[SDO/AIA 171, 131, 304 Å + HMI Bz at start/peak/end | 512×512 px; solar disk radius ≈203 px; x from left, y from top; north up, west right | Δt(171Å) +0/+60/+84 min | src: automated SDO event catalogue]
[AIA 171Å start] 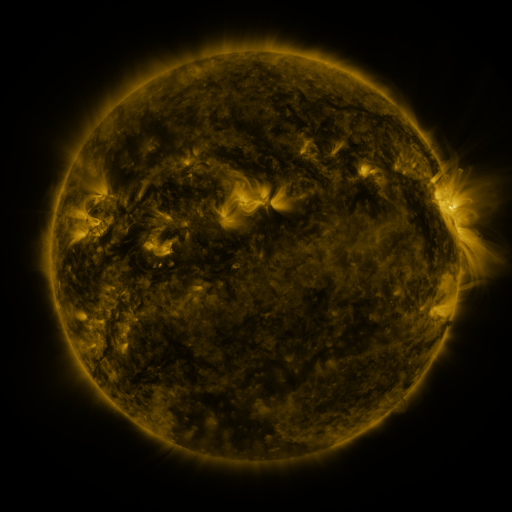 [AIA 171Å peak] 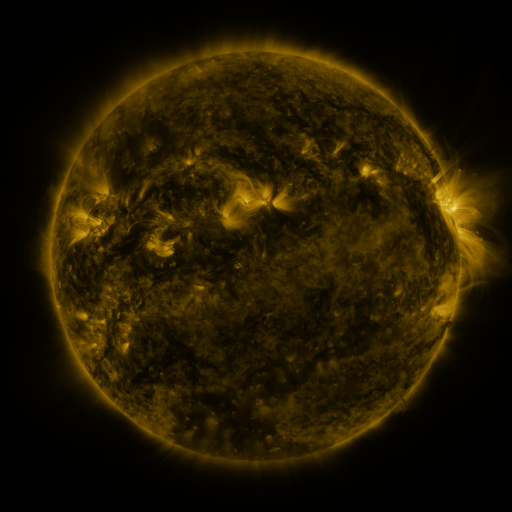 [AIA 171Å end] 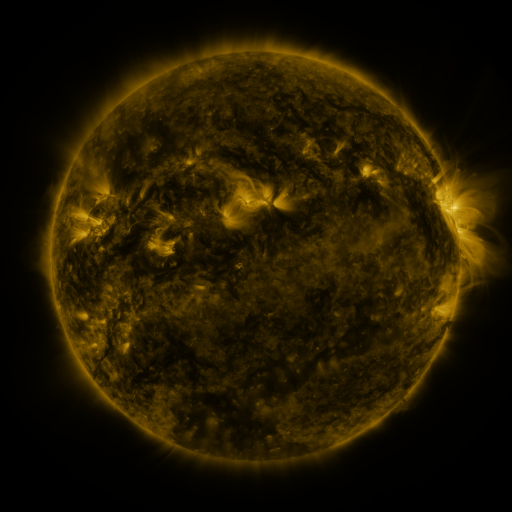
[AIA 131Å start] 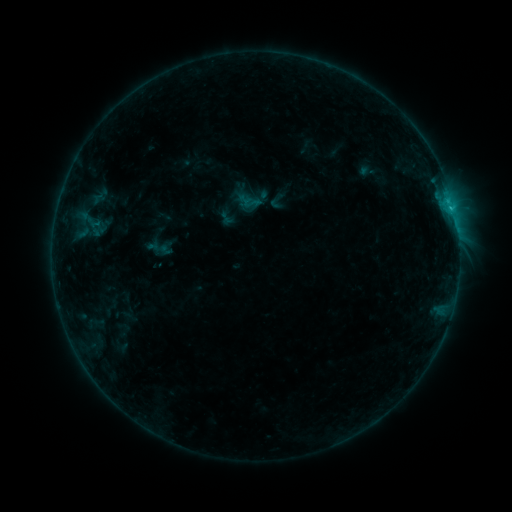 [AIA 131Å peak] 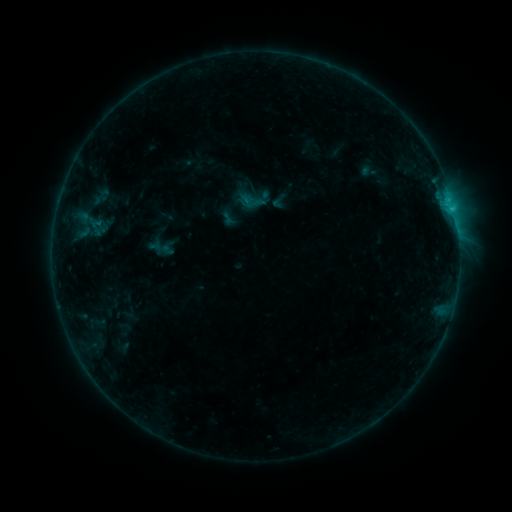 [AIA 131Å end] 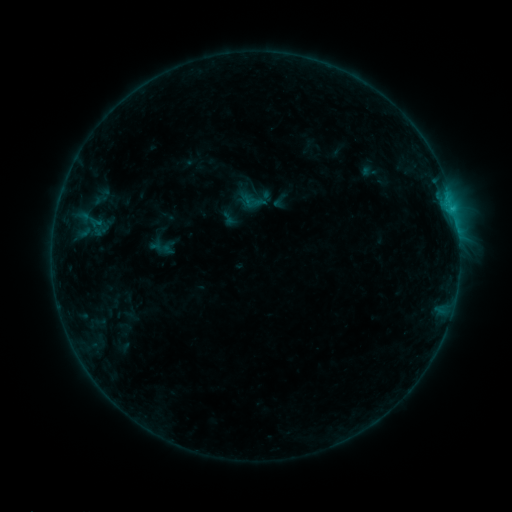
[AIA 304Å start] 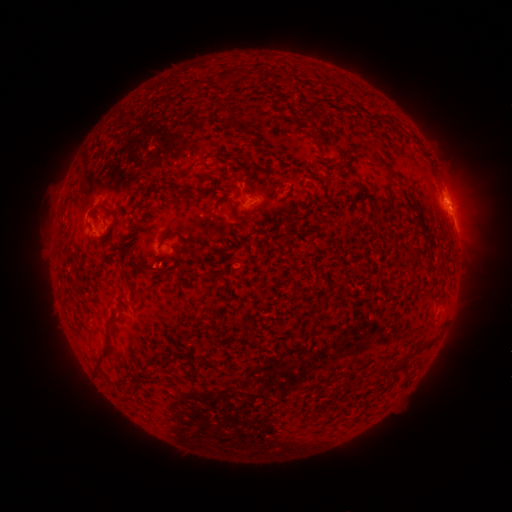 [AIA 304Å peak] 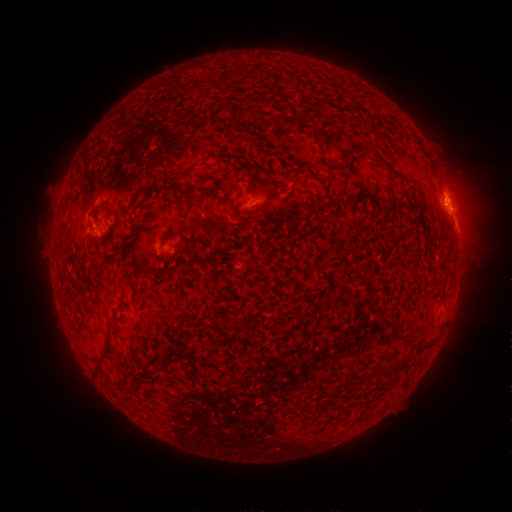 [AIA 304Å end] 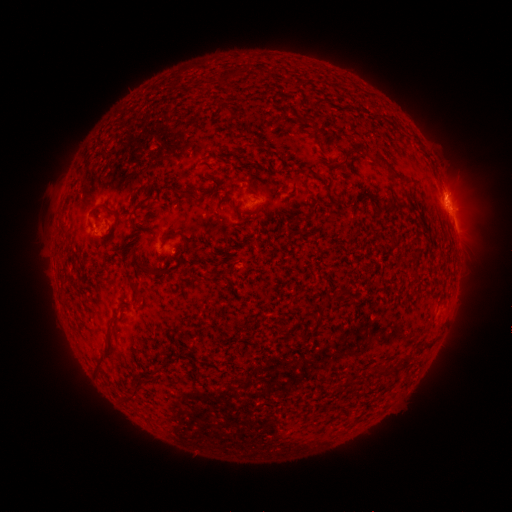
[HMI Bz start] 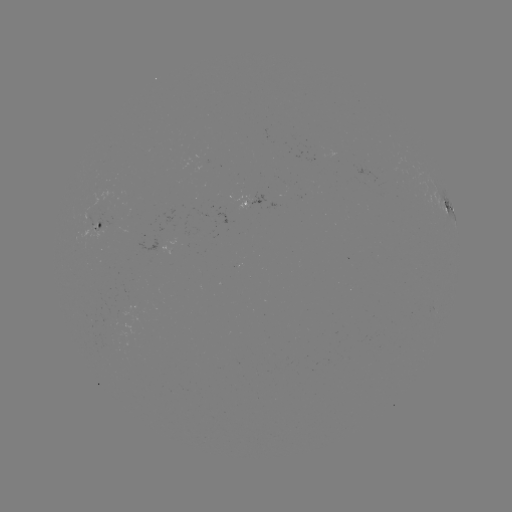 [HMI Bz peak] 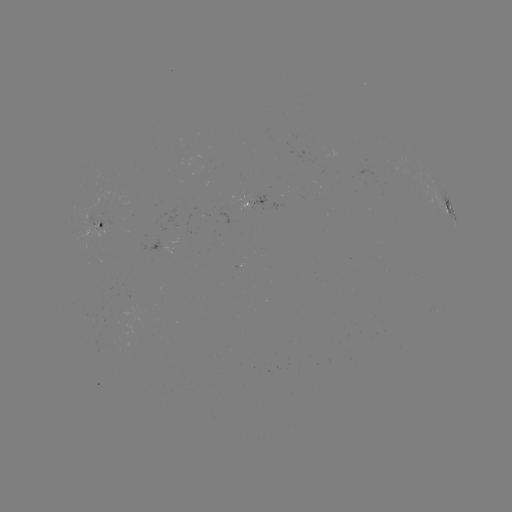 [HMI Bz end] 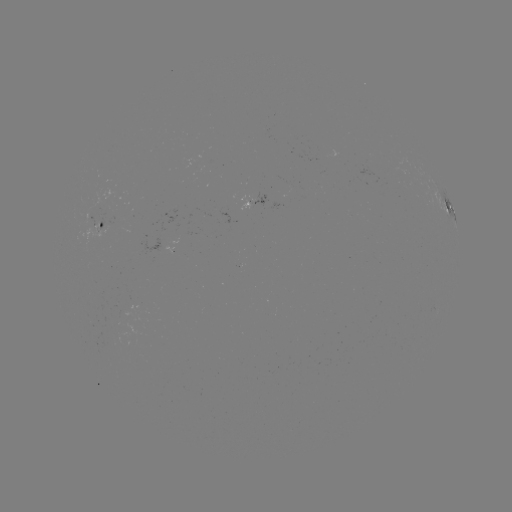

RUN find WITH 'emerging-flux region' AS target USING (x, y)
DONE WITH (210, 217) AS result